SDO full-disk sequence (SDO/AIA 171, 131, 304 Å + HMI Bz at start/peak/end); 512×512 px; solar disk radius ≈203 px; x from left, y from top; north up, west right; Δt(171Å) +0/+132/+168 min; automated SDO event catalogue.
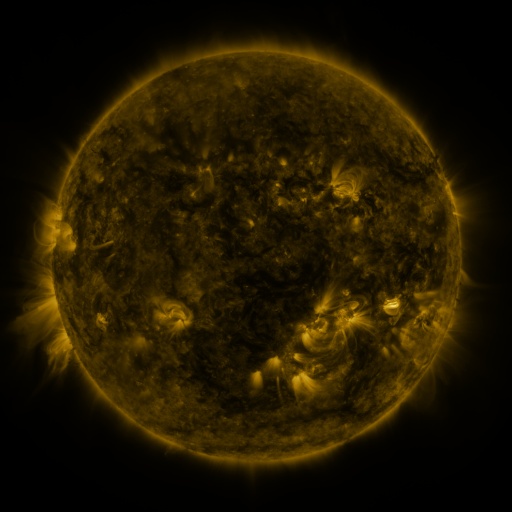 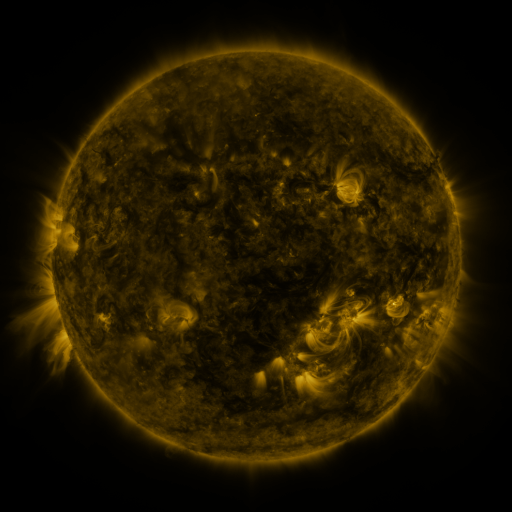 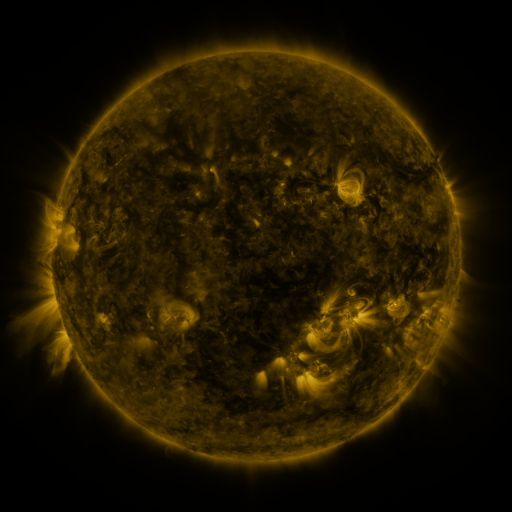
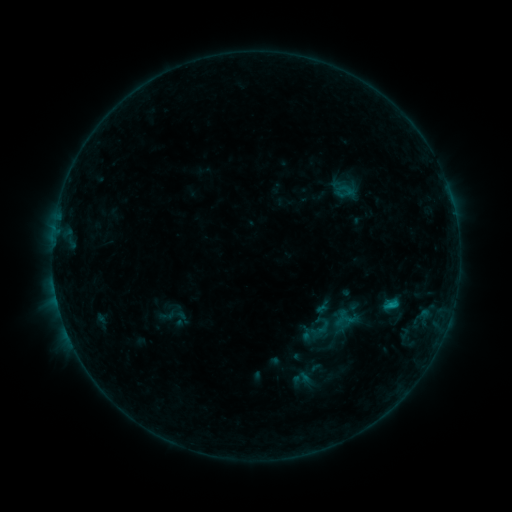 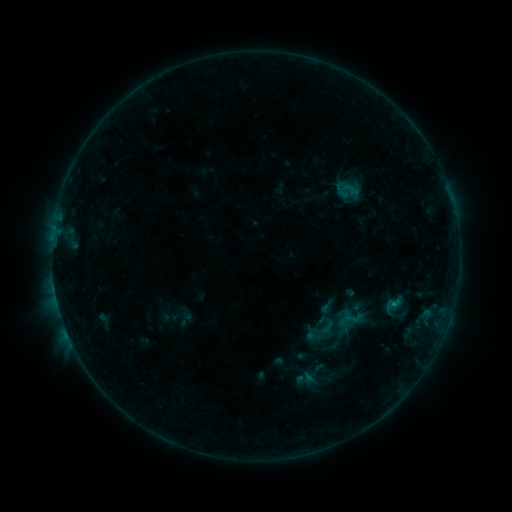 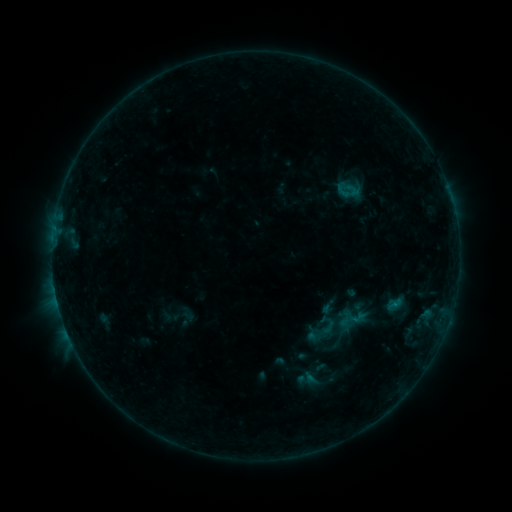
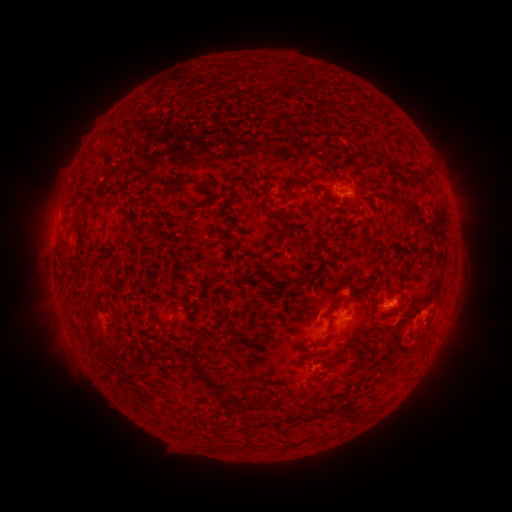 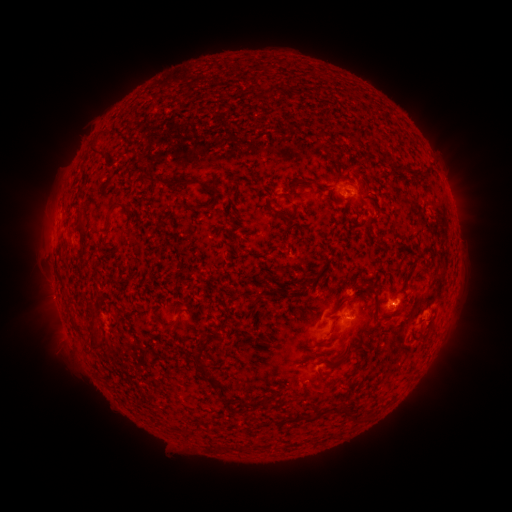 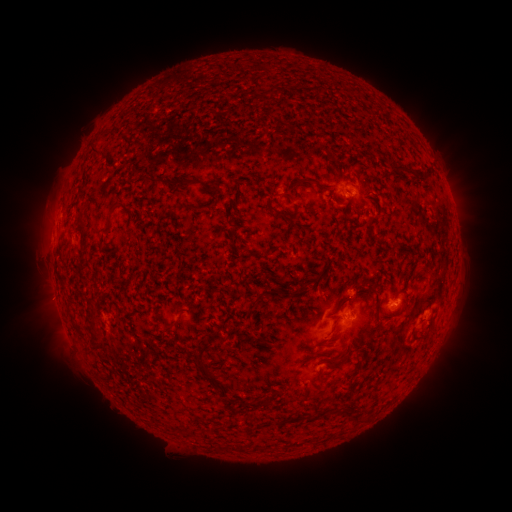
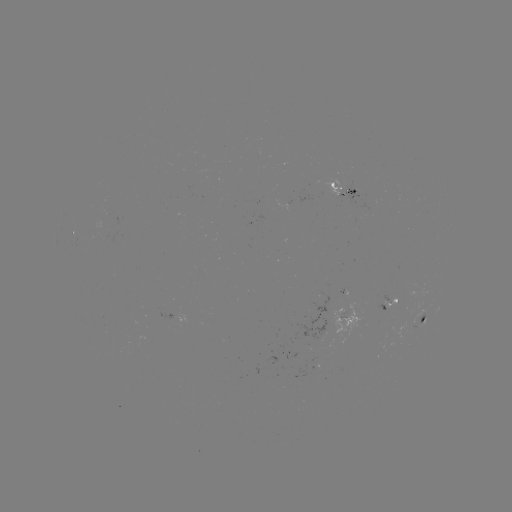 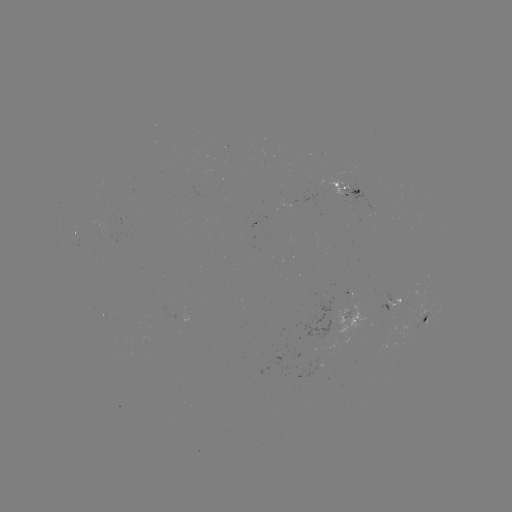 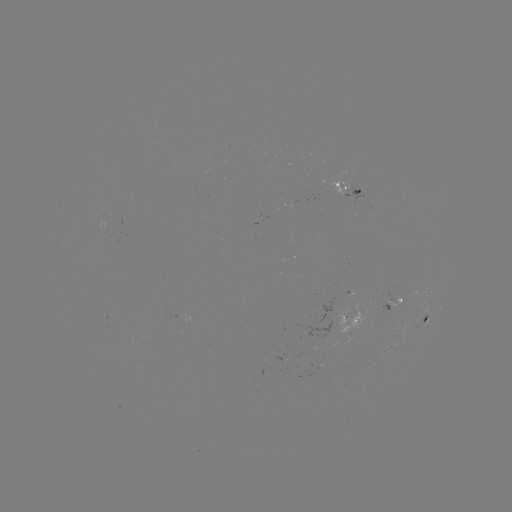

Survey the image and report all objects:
emerging-flux region: (389, 311)
